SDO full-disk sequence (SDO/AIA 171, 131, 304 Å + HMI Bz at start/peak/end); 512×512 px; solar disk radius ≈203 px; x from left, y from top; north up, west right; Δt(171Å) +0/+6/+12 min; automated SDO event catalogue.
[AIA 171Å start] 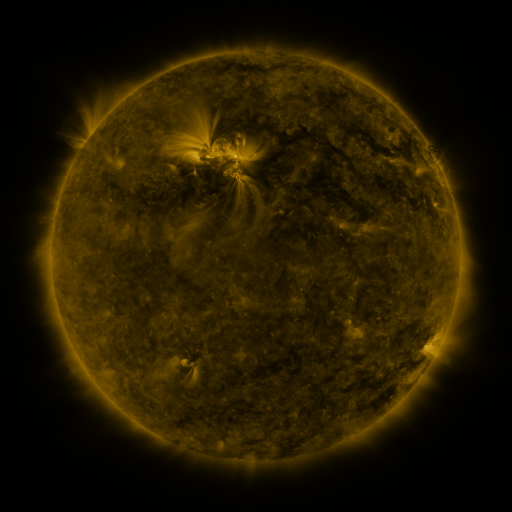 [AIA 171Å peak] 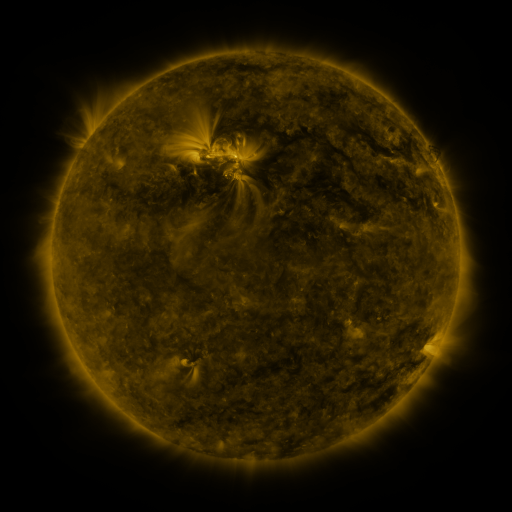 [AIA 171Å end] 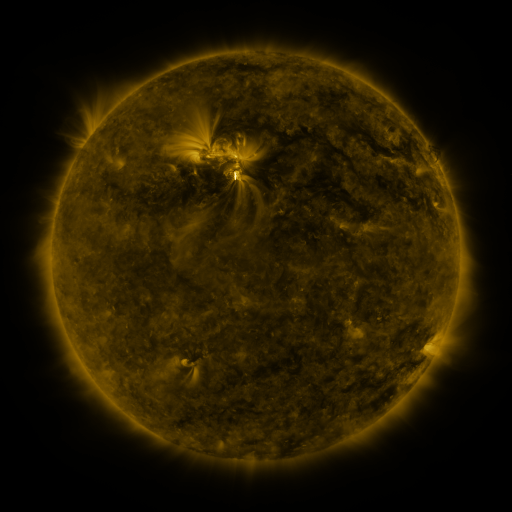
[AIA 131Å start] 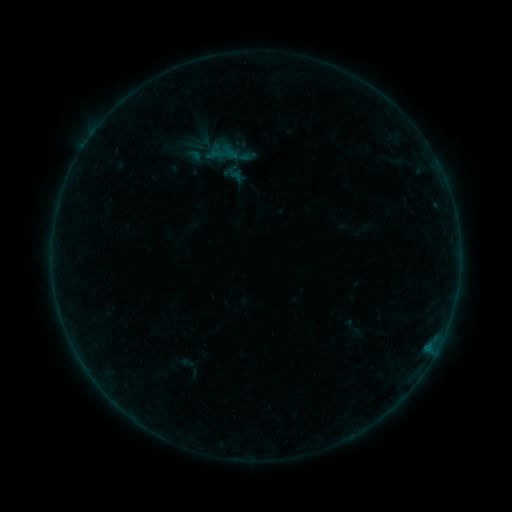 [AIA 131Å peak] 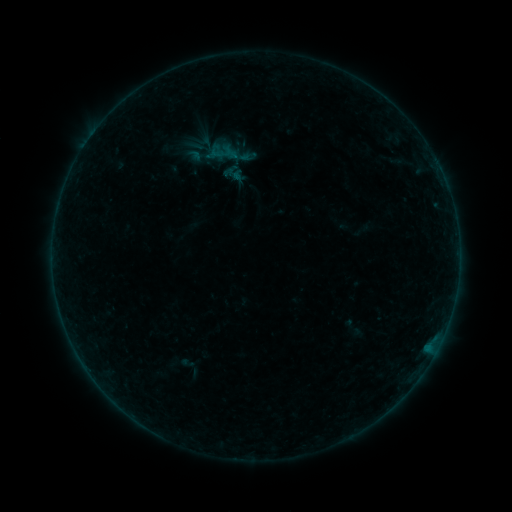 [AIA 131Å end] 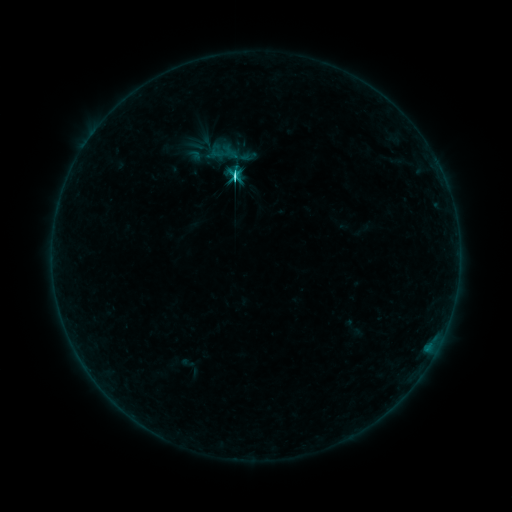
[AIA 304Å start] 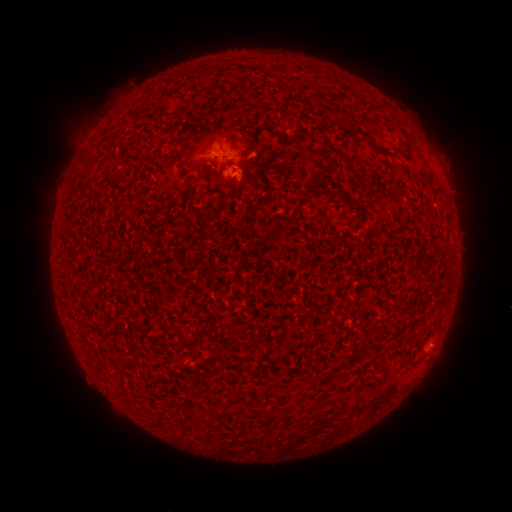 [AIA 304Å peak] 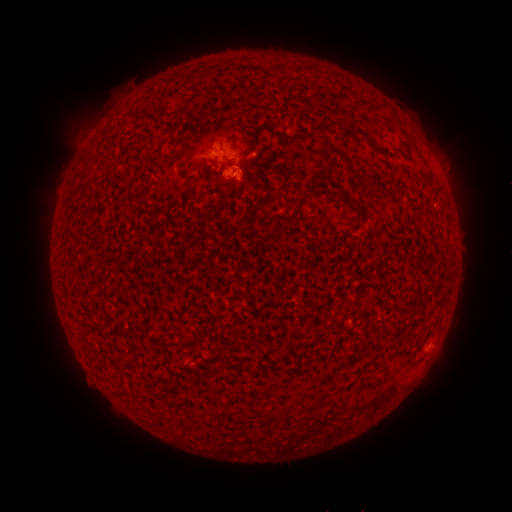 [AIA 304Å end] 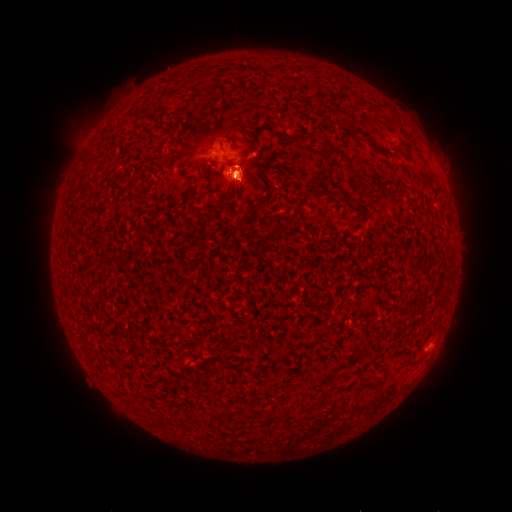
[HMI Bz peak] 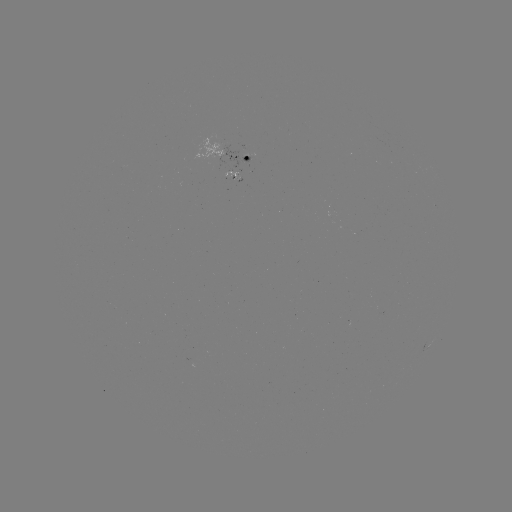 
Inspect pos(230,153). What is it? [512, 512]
C3.3 flare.